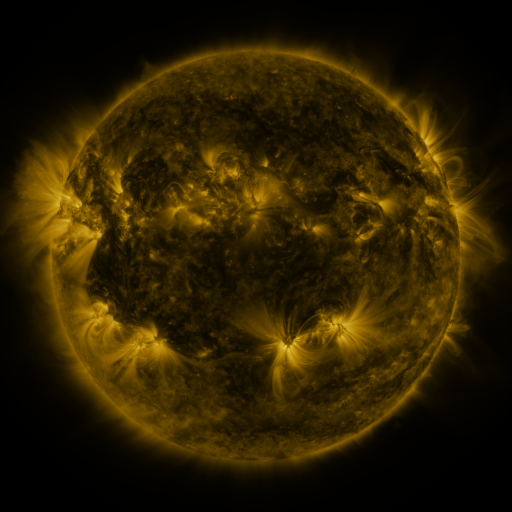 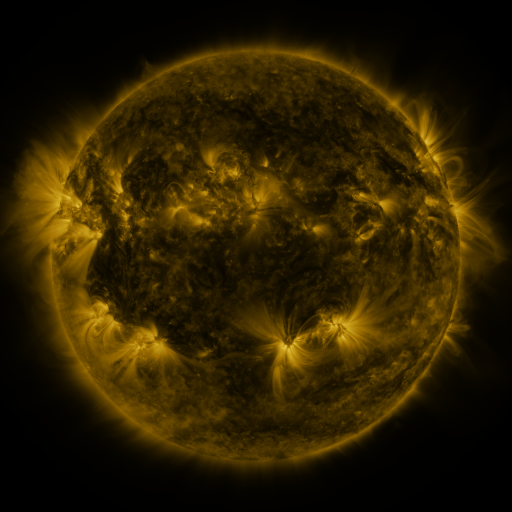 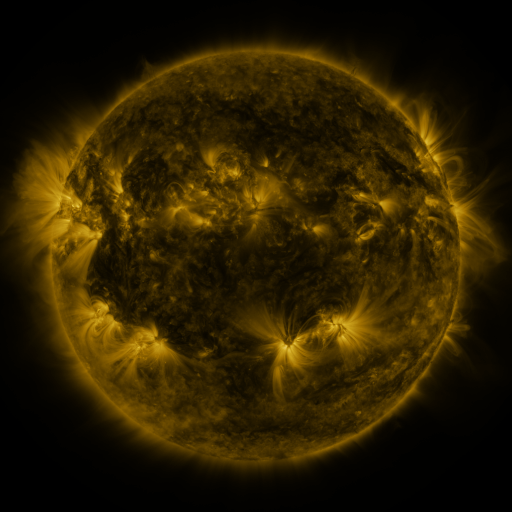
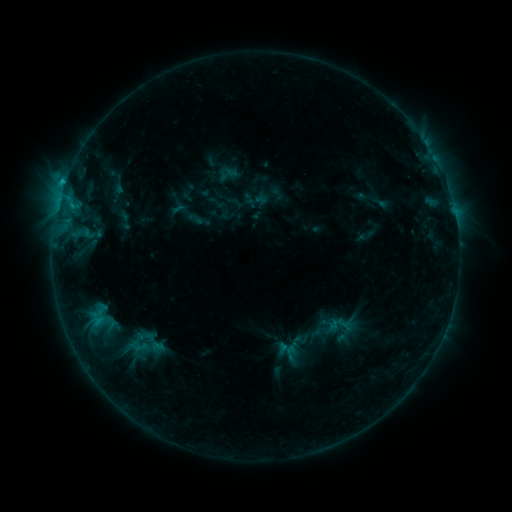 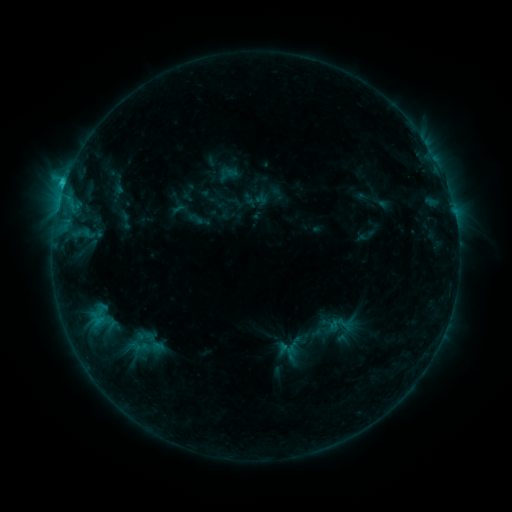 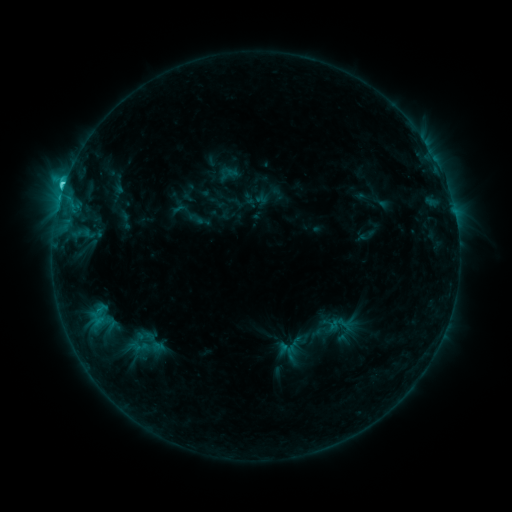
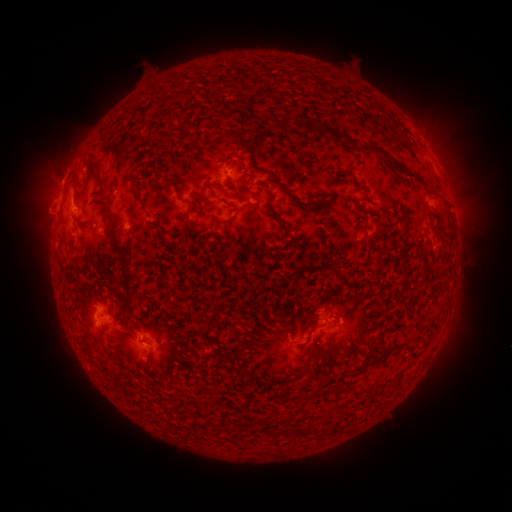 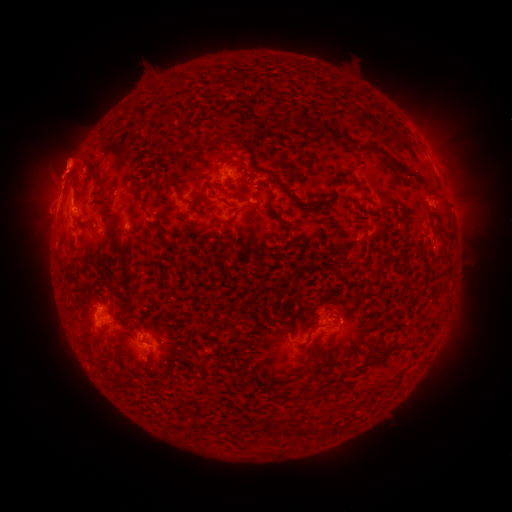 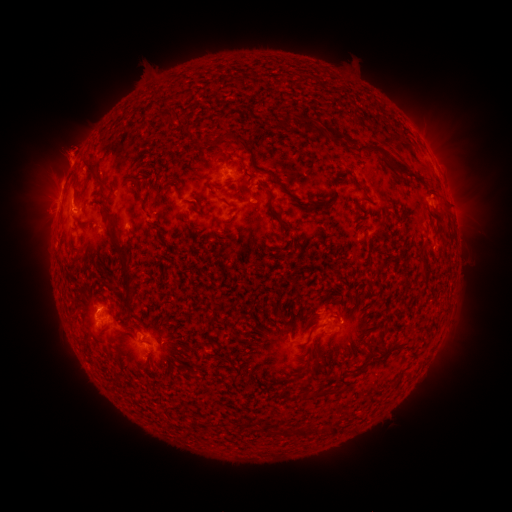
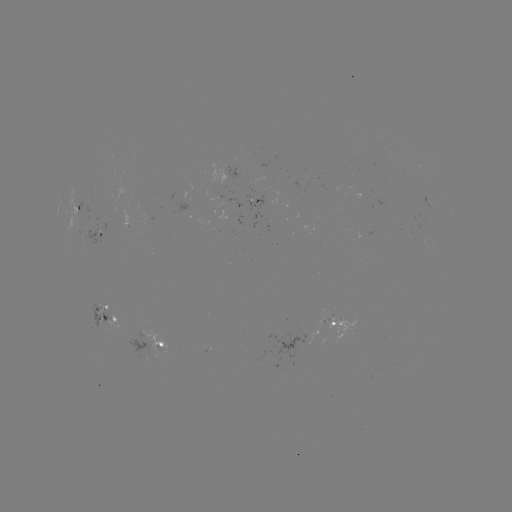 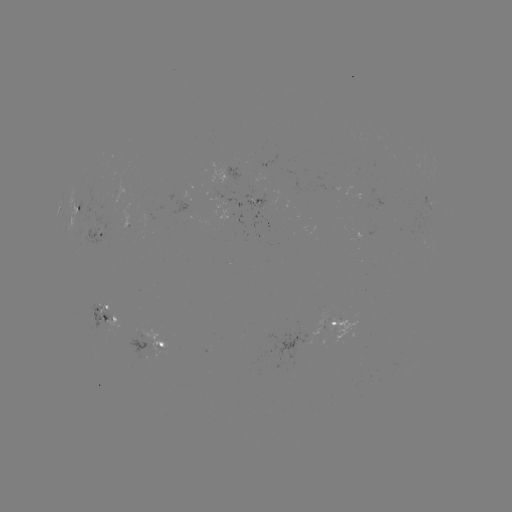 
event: eruption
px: (20, 160)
